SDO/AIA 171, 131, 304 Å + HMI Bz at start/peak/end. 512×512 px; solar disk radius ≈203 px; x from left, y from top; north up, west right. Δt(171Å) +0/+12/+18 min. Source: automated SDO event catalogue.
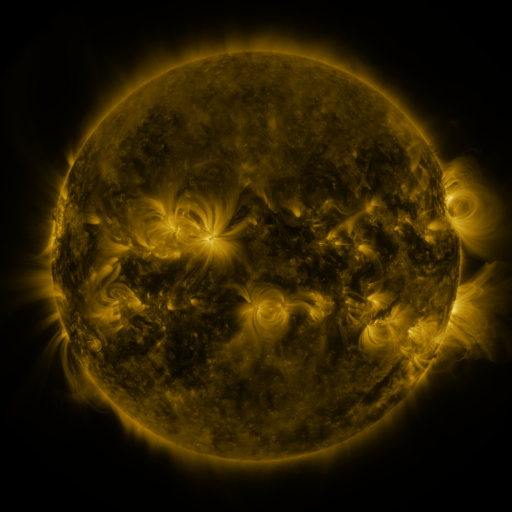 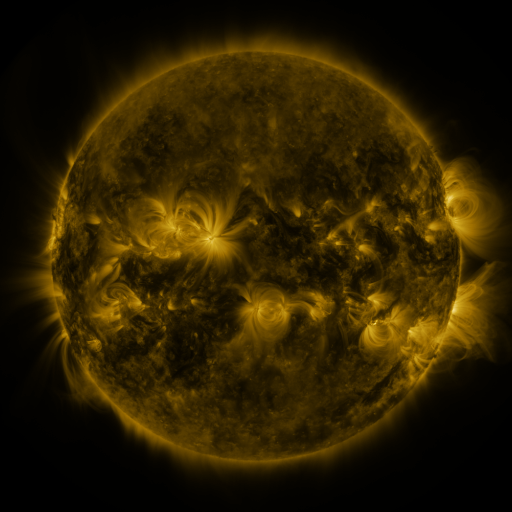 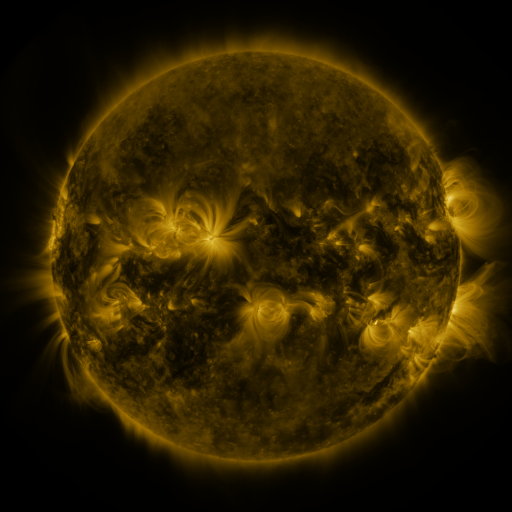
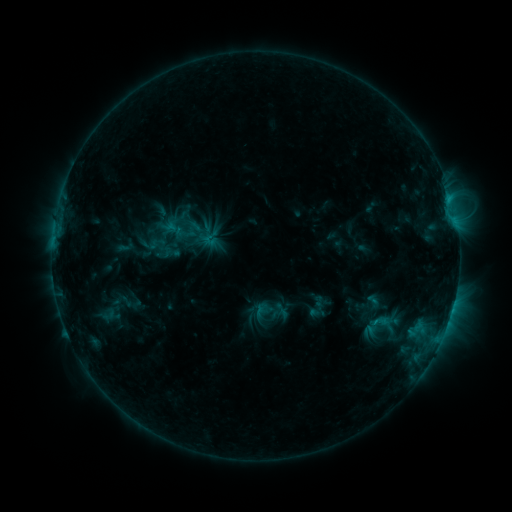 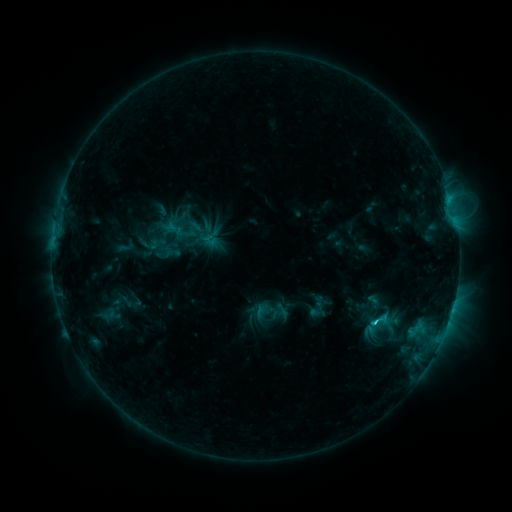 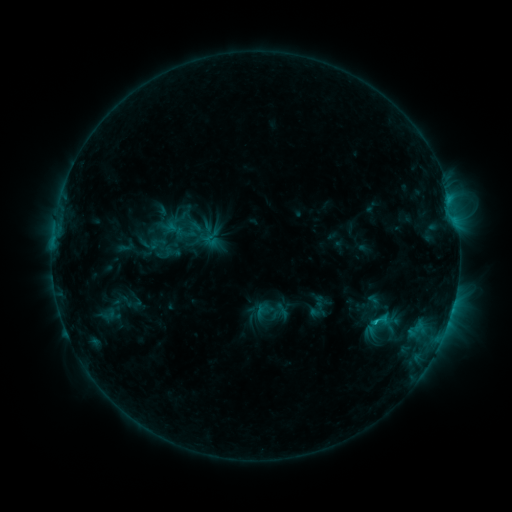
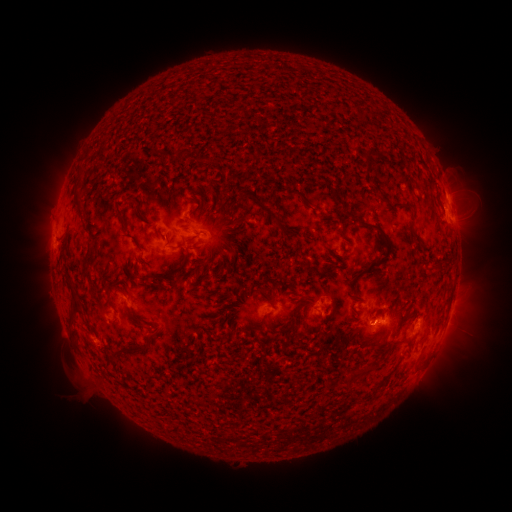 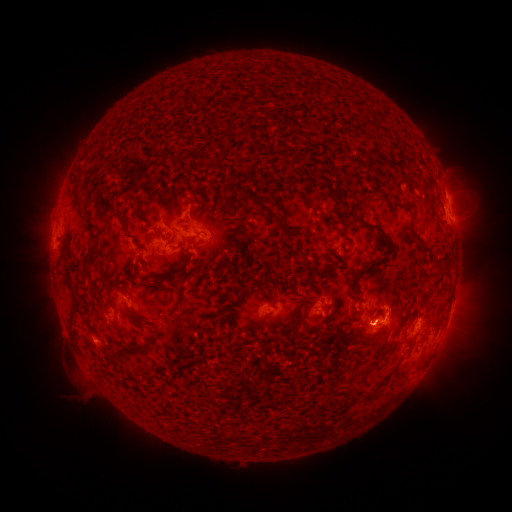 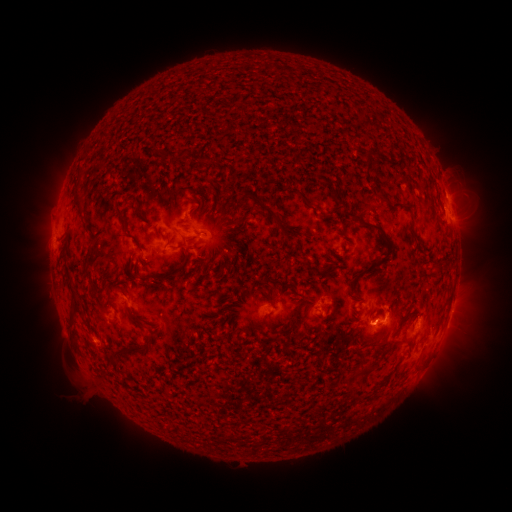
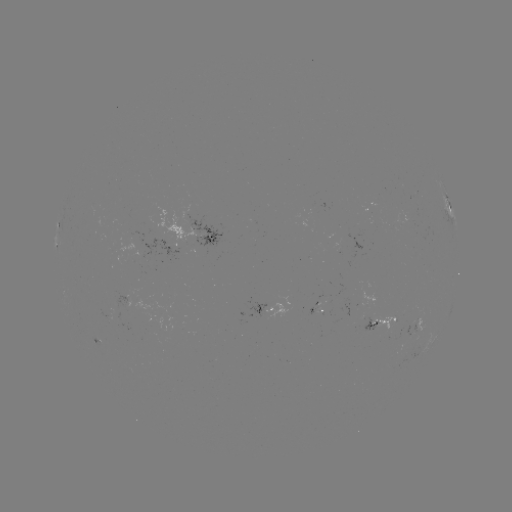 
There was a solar flare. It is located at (372, 321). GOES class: C1.3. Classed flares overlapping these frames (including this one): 1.